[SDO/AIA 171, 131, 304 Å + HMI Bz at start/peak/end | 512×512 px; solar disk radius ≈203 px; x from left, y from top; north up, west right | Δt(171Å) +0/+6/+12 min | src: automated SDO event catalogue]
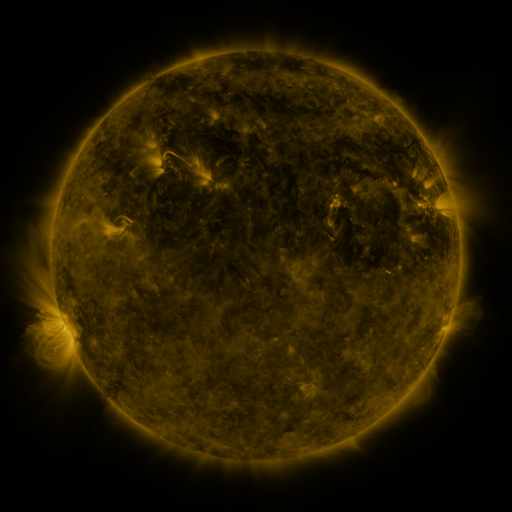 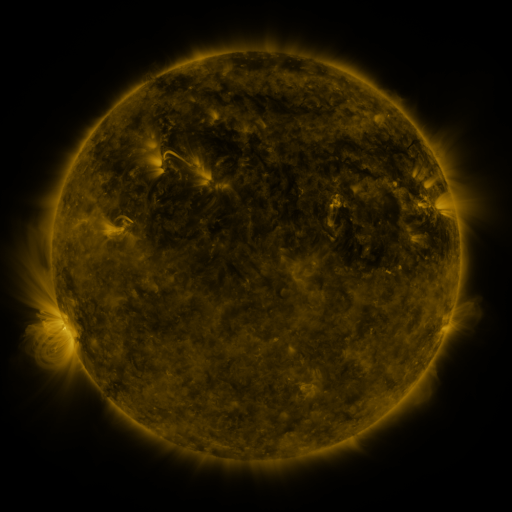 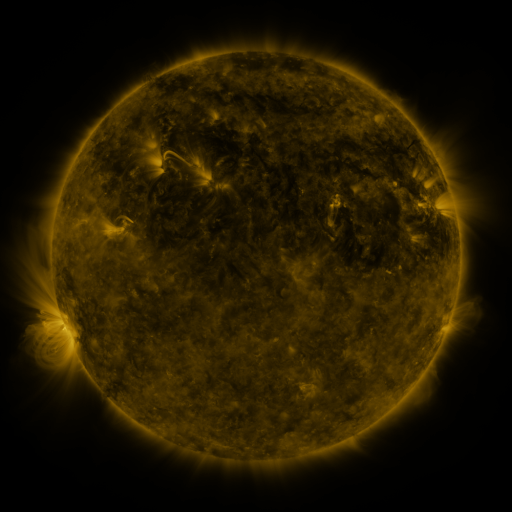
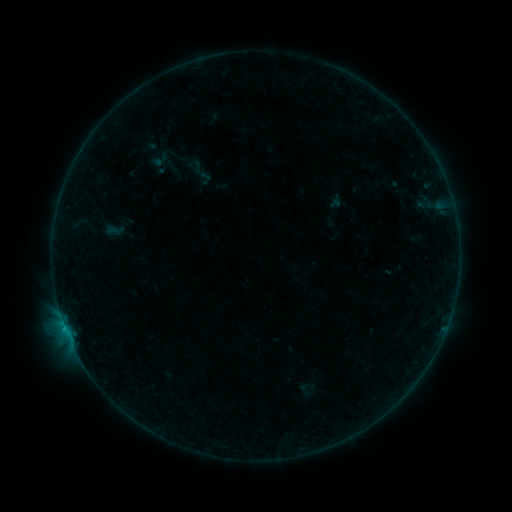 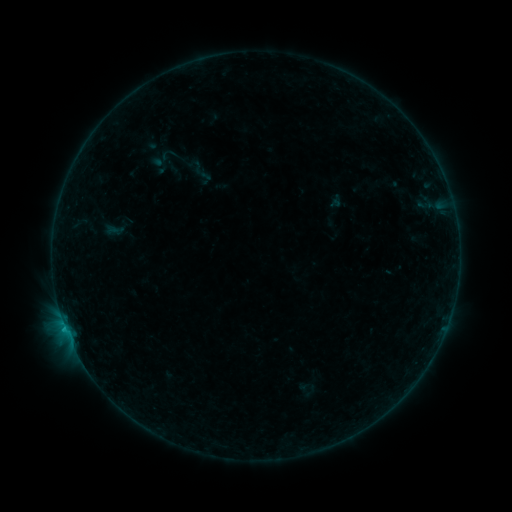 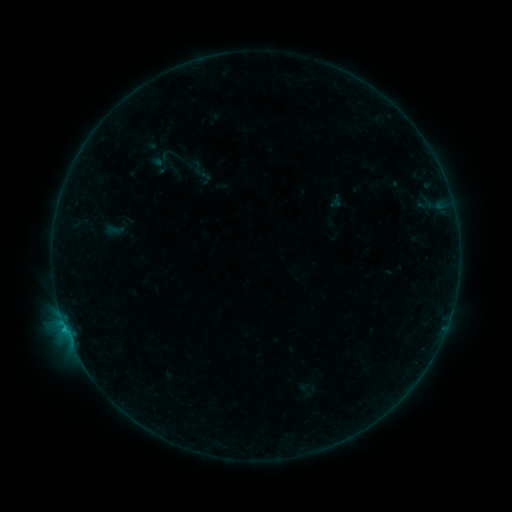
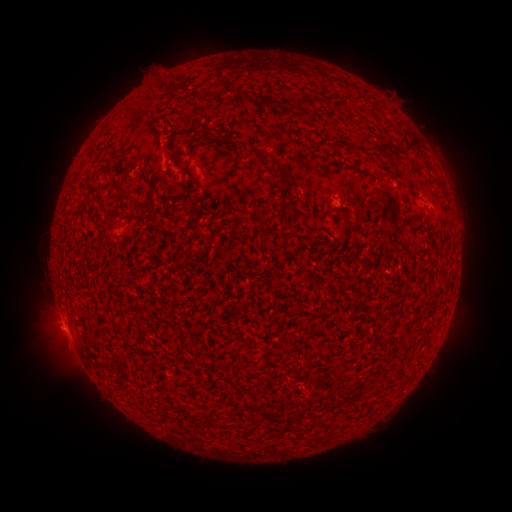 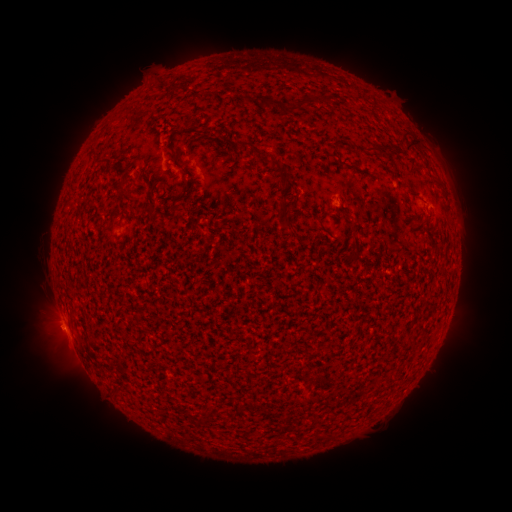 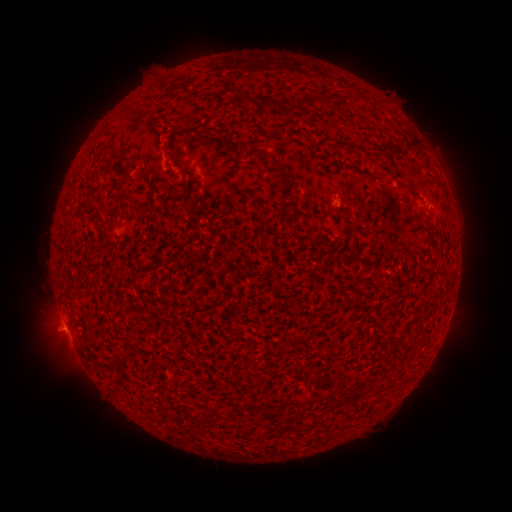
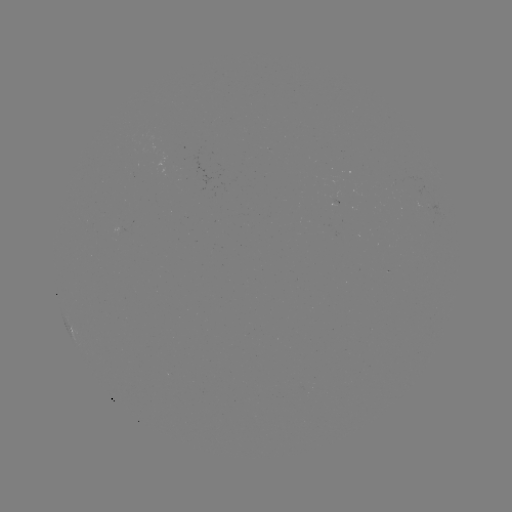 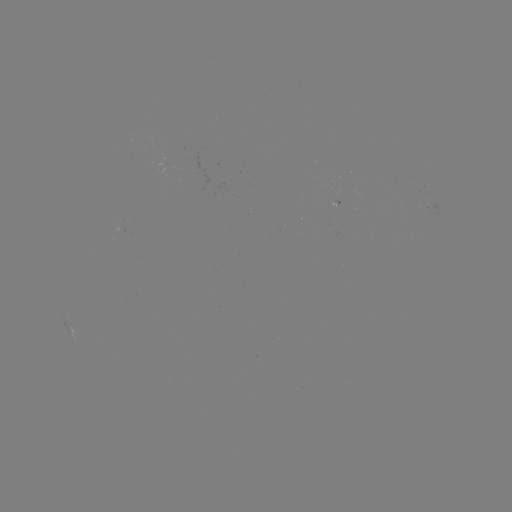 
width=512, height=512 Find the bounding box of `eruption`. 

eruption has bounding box [27, 314, 68, 354].